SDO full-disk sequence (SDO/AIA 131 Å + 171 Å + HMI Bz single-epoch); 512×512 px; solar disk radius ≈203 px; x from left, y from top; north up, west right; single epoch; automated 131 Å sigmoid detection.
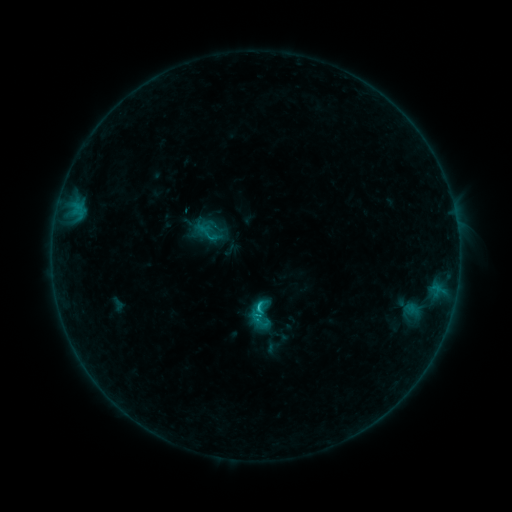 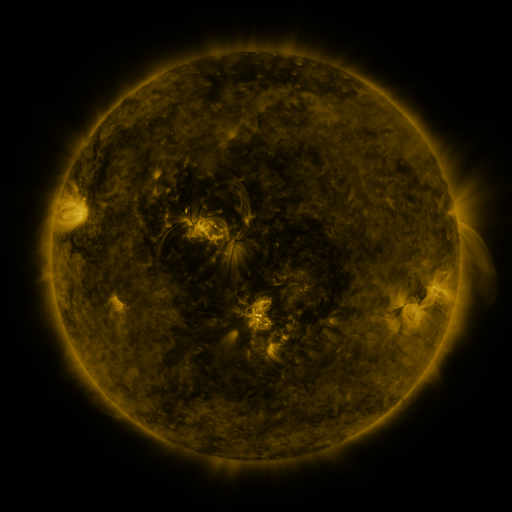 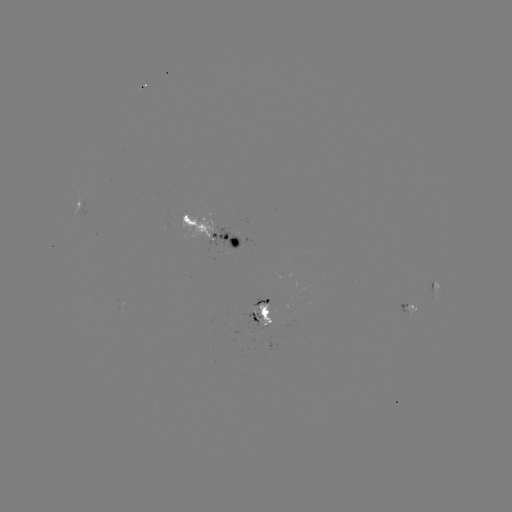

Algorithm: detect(sigmoid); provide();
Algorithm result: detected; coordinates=262,322